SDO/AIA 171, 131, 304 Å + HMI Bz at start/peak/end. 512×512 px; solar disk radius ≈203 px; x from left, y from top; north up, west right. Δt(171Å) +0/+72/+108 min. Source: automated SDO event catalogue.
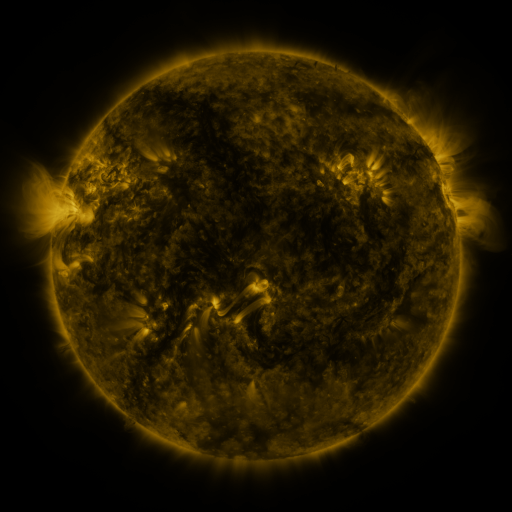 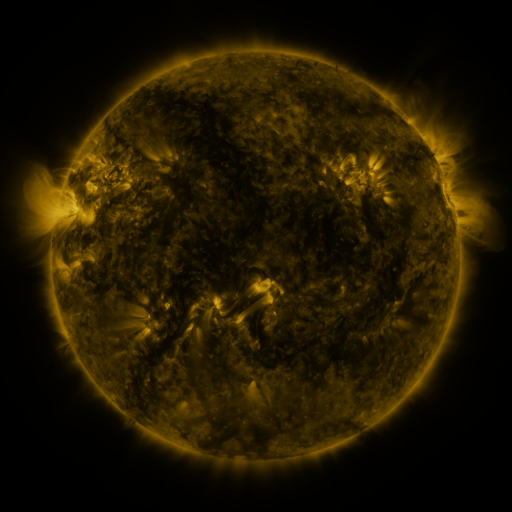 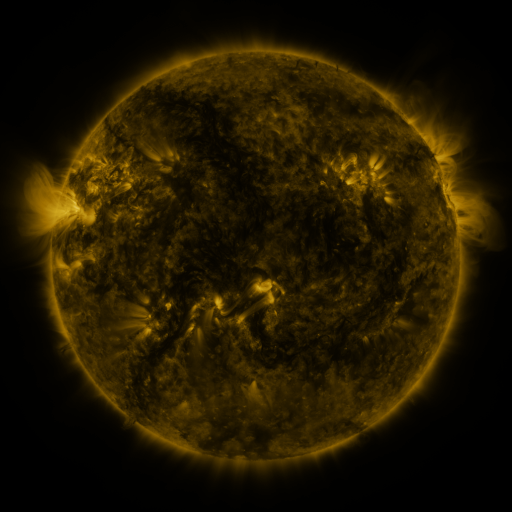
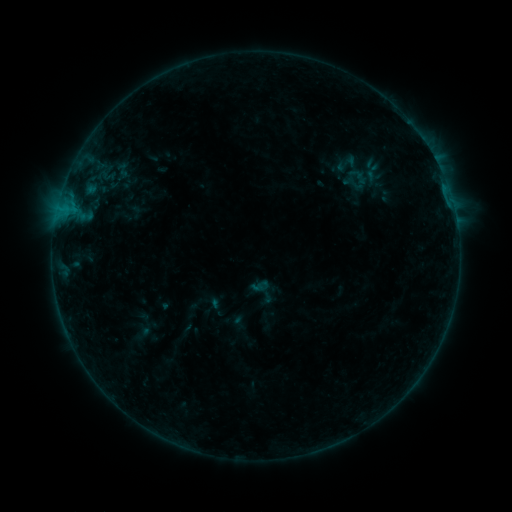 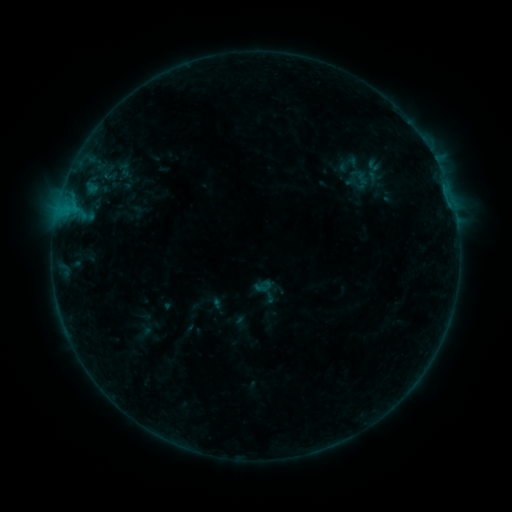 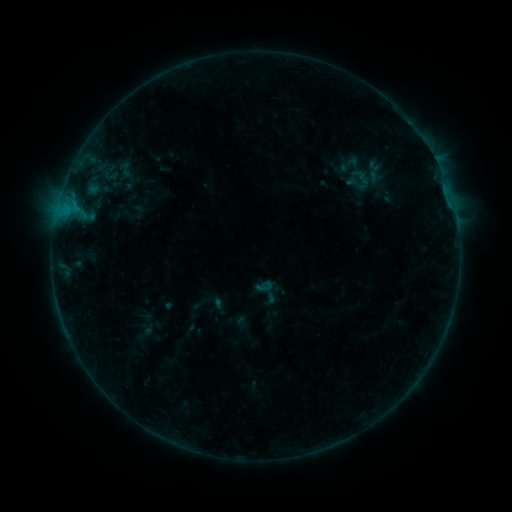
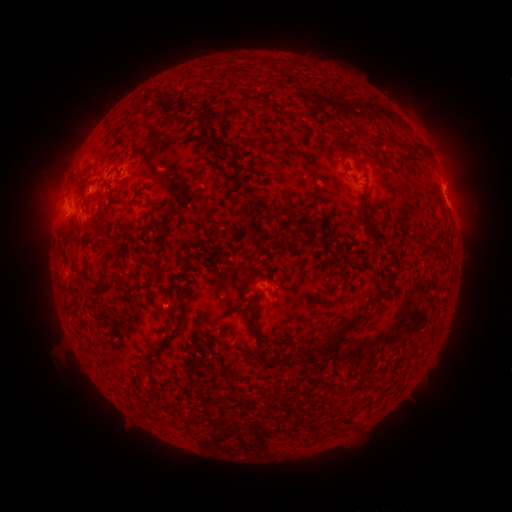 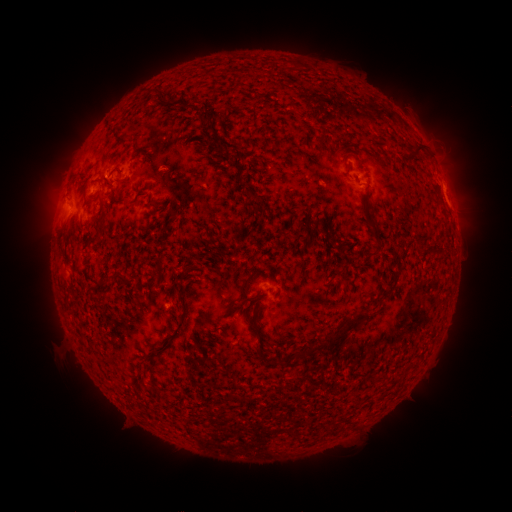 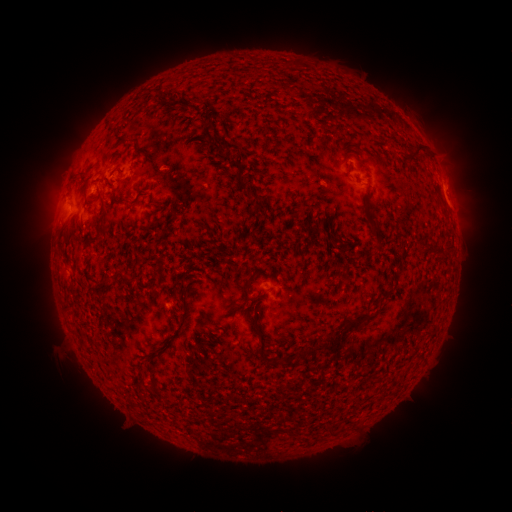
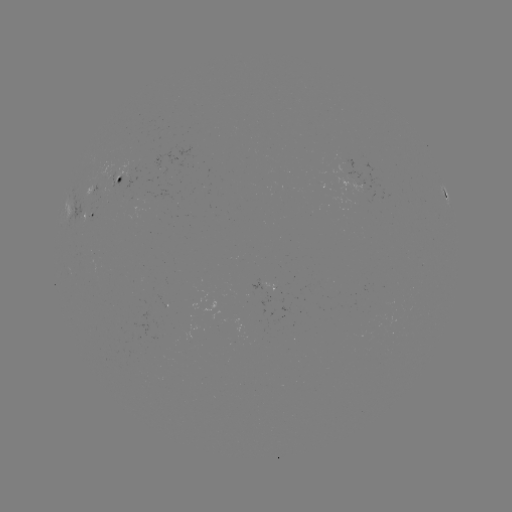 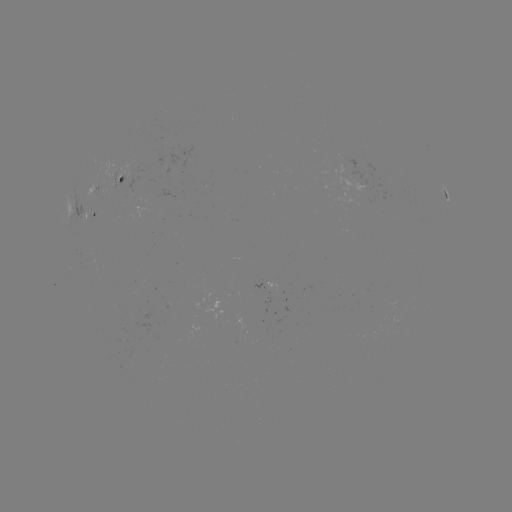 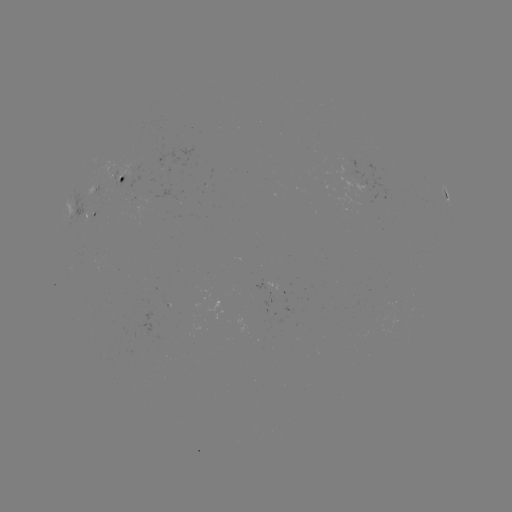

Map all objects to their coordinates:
emerging-flux region: (346, 158)
